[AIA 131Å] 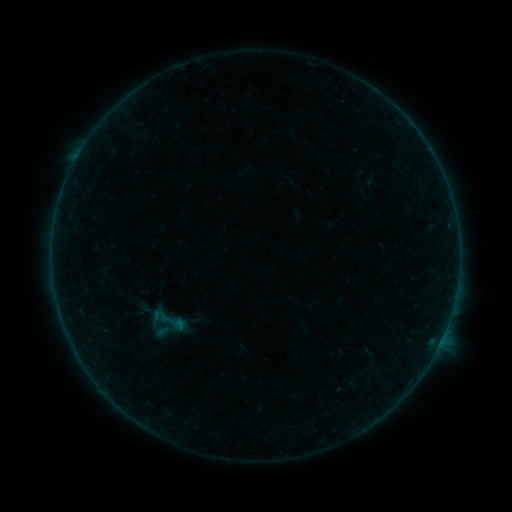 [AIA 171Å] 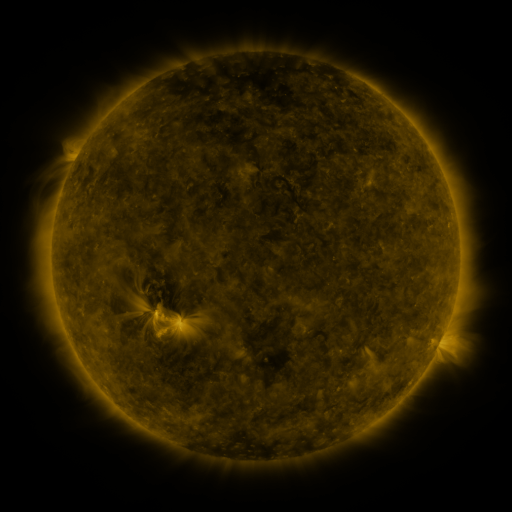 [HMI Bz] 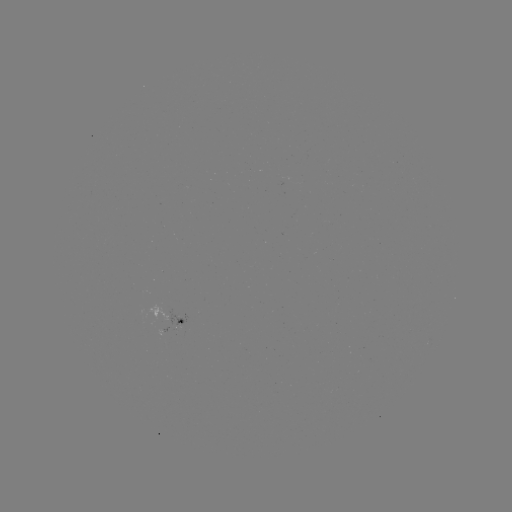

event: sigmoid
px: (167, 321)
